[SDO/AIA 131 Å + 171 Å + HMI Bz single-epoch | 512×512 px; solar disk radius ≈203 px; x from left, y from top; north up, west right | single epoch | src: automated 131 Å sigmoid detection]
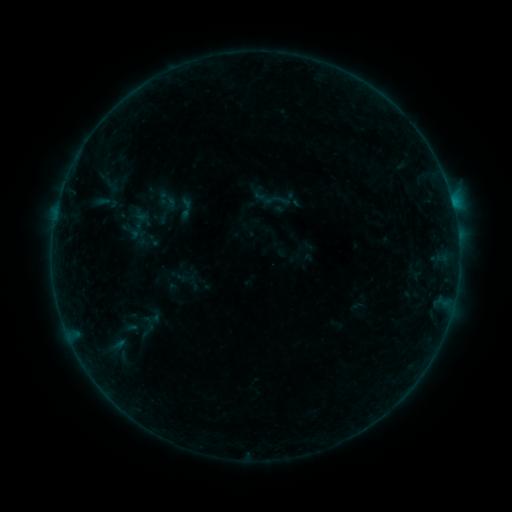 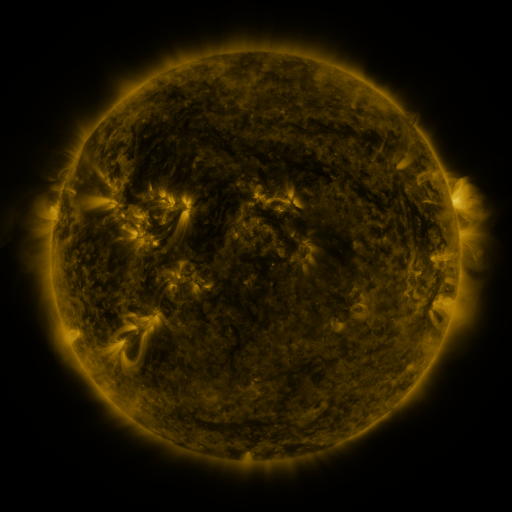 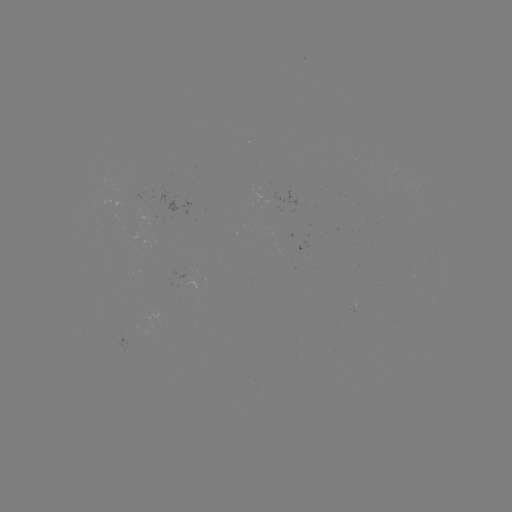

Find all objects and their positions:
sigmoid: (167, 197)
sigmoid: (277, 200)
sigmoid: (185, 207)
sigmoid: (189, 279)
